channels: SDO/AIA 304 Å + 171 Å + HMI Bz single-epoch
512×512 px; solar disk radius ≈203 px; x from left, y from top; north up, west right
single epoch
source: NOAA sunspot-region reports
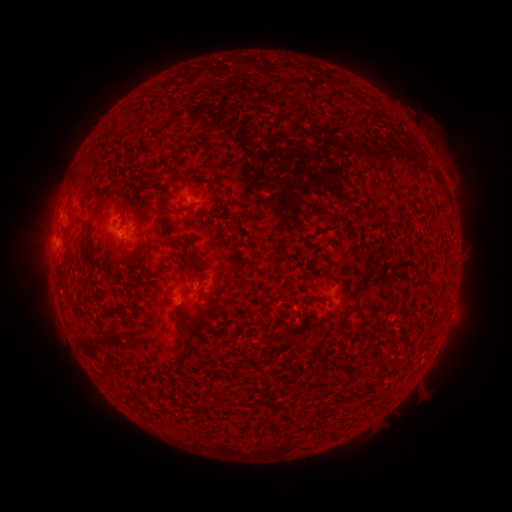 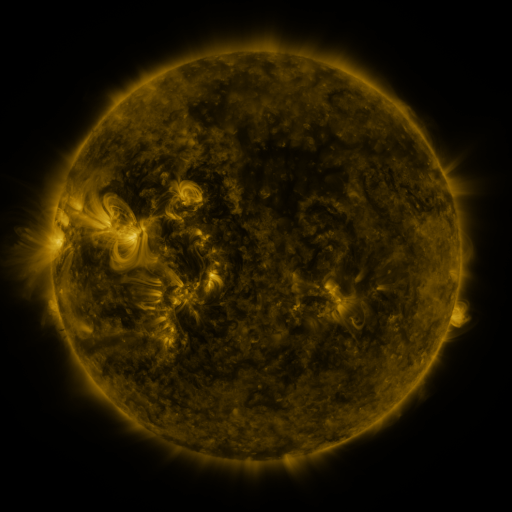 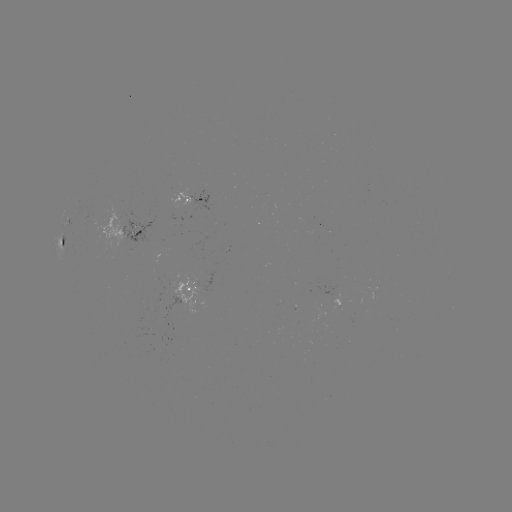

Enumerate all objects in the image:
spotted active region: (193, 202)
spotted active region: (131, 235)
spotted active region: (64, 246)
spotted active region: (189, 290)
